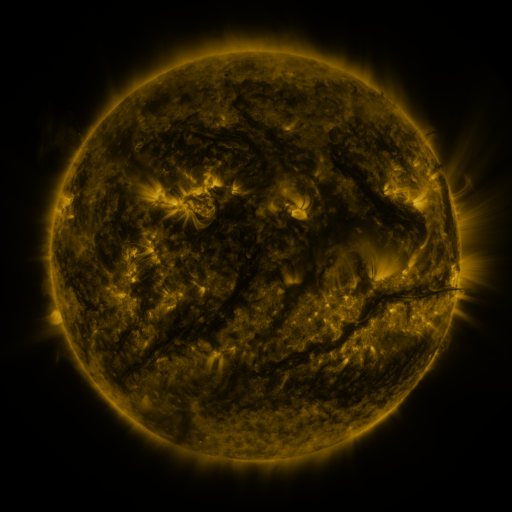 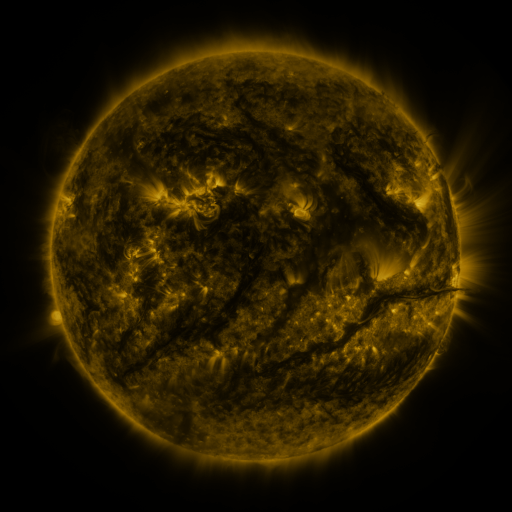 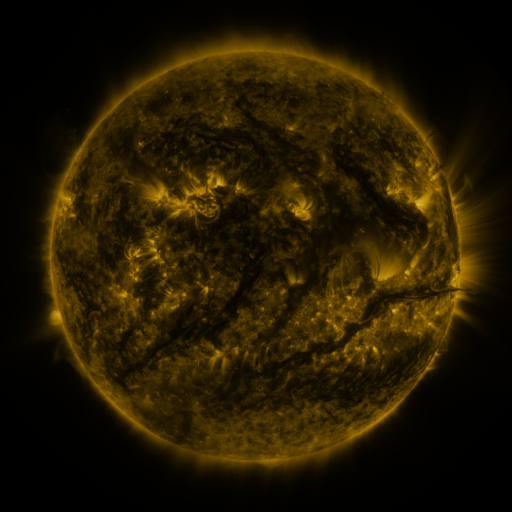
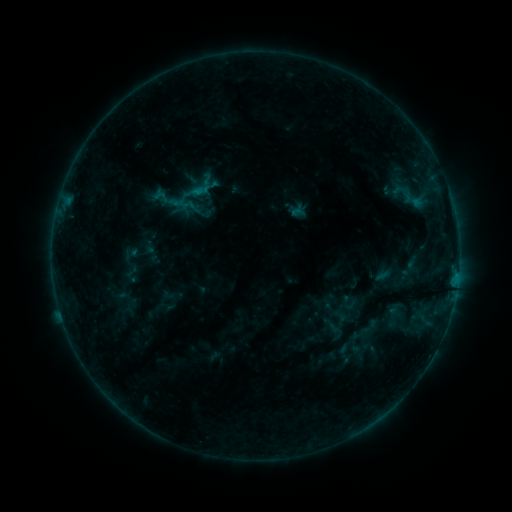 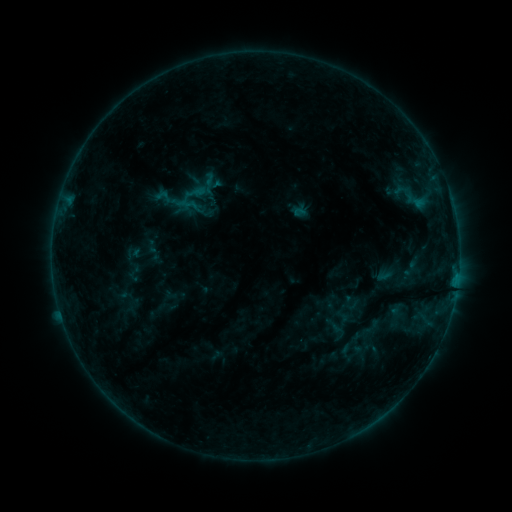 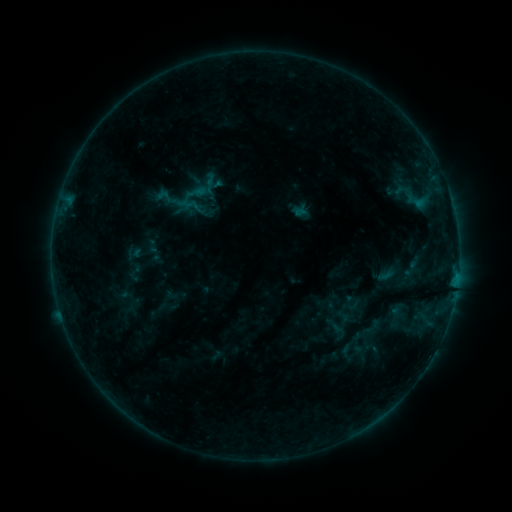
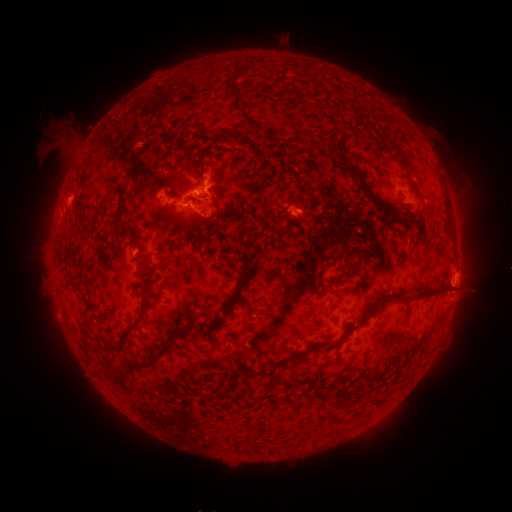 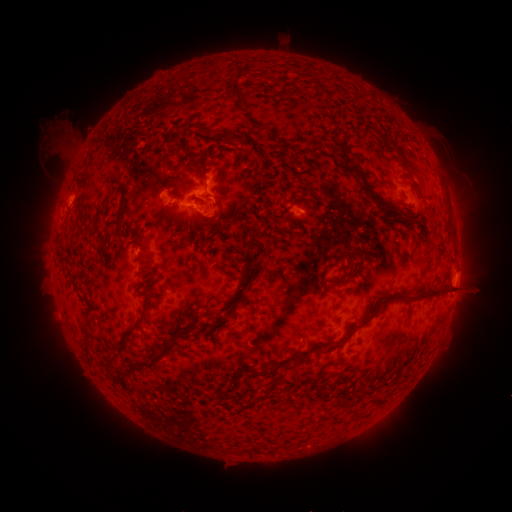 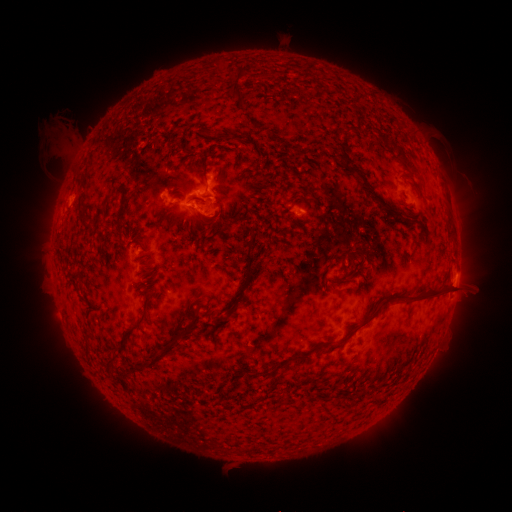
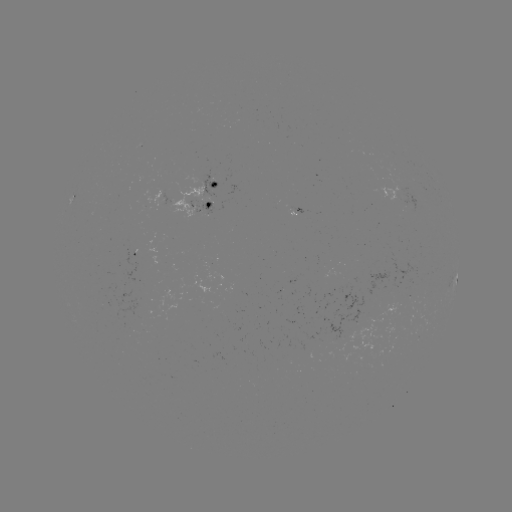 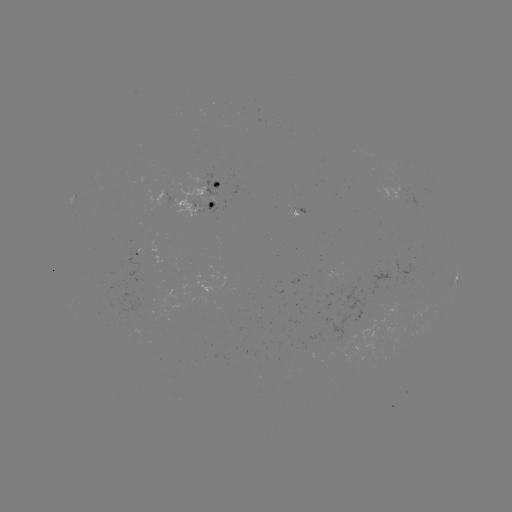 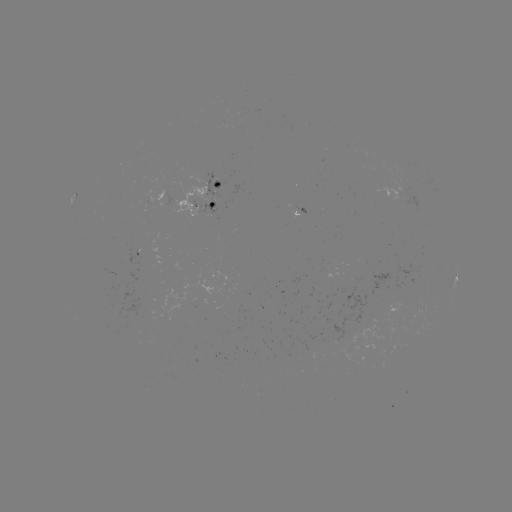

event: emerging-flux region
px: (206, 206)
